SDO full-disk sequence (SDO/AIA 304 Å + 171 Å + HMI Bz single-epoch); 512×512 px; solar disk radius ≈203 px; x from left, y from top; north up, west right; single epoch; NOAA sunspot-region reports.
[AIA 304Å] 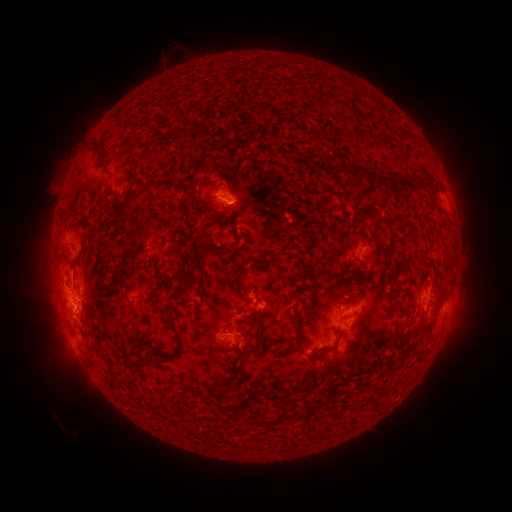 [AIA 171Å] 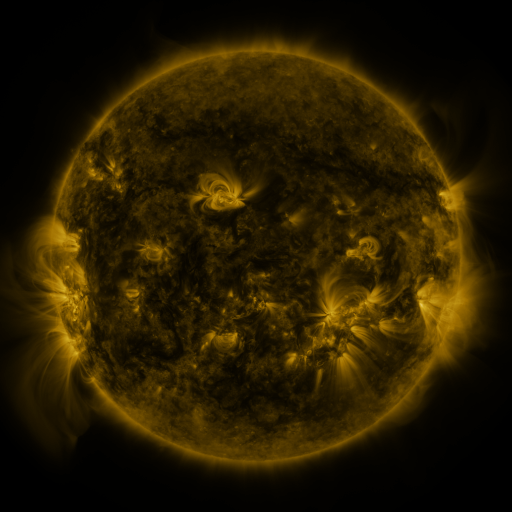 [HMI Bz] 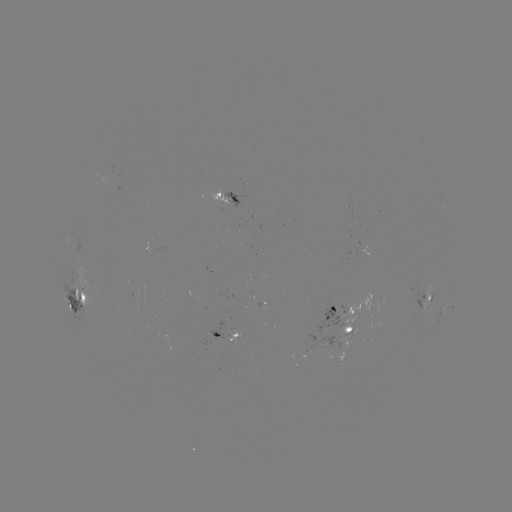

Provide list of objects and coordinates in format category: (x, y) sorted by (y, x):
spotted active region: (226, 199)
spotted active region: (78, 297)
spotted active region: (429, 298)
spotted active region: (445, 308)
spotted active region: (346, 310)
spotted active region: (229, 335)
spotted active region: (348, 337)
